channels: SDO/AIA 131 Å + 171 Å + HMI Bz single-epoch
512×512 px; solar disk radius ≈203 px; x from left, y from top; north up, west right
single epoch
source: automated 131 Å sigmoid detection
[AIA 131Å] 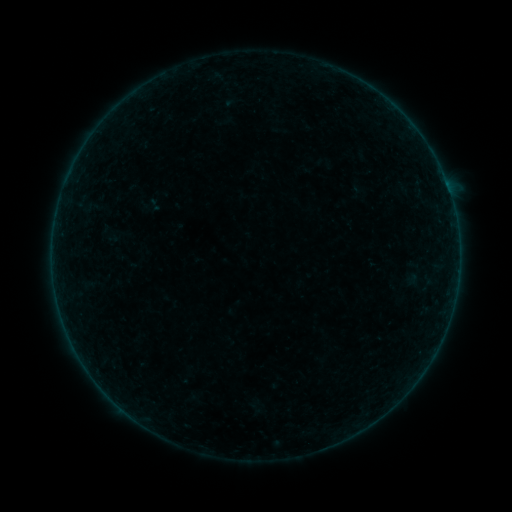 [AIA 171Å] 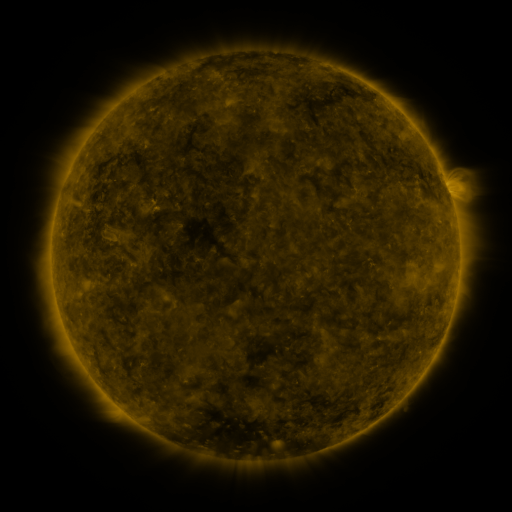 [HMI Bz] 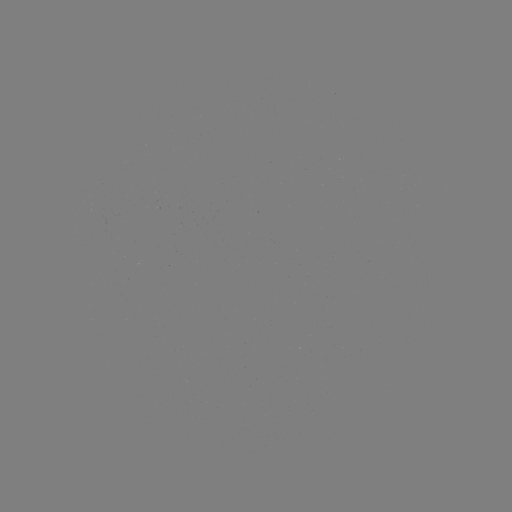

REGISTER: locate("sigmoid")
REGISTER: (154, 204)